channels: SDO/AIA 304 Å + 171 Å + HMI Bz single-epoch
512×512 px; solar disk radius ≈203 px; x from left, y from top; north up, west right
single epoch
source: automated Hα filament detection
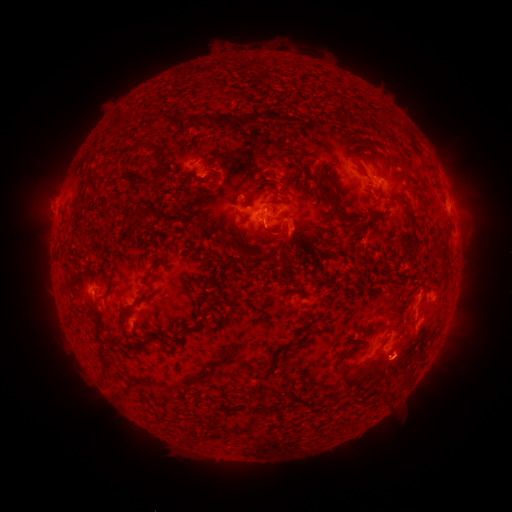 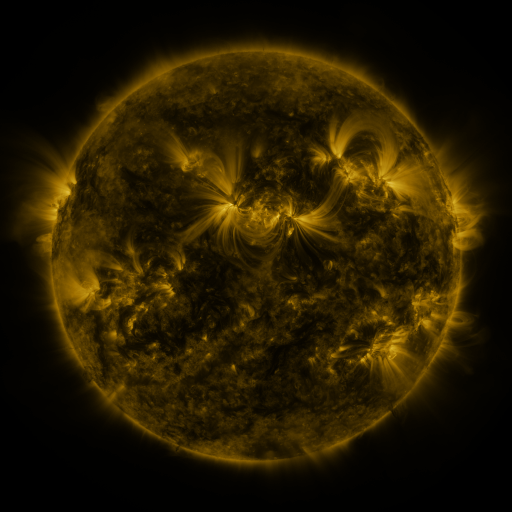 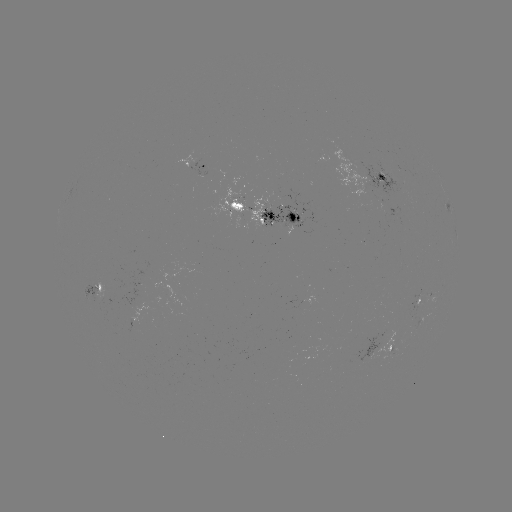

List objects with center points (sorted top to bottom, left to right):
filament: (147, 117)
filament: (228, 117)
filament: (393, 118)
filament: (180, 122)
filament: (416, 149)
filament: (157, 150)
filament: (211, 160)
filament: (227, 163)
filament: (157, 176)
filament: (241, 177)
filament: (287, 179)
filament: (189, 180)
filament: (264, 181)
filament: (136, 184)
filament: (222, 191)
filament: (274, 201)
filament: (334, 201)
filament: (242, 217)
filament: (65, 223)
filament: (353, 224)
filament: (228, 225)
filament: (273, 231)
filament: (236, 243)
filament: (284, 244)
filament: (249, 250)
filament: (163, 255)
filament: (223, 270)
filament: (147, 279)
filament: (122, 315)
filament: (344, 355)
filament: (347, 377)
filament: (186, 438)
